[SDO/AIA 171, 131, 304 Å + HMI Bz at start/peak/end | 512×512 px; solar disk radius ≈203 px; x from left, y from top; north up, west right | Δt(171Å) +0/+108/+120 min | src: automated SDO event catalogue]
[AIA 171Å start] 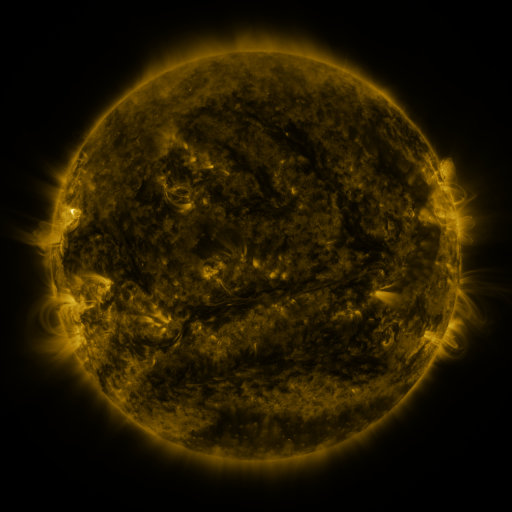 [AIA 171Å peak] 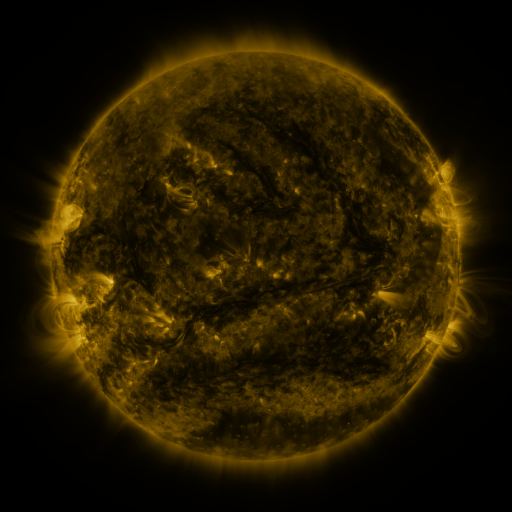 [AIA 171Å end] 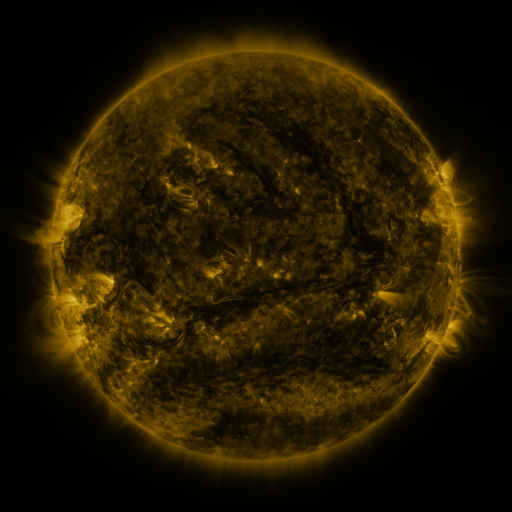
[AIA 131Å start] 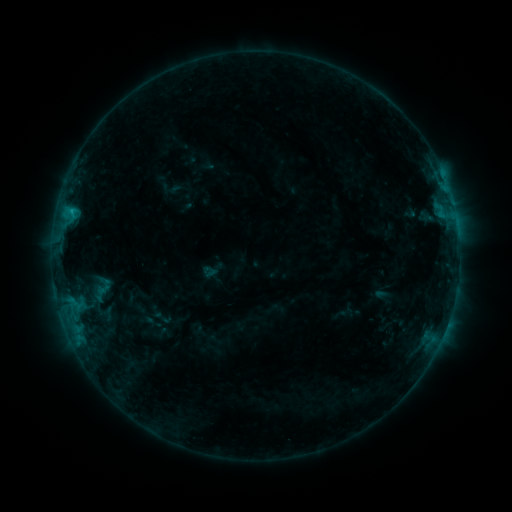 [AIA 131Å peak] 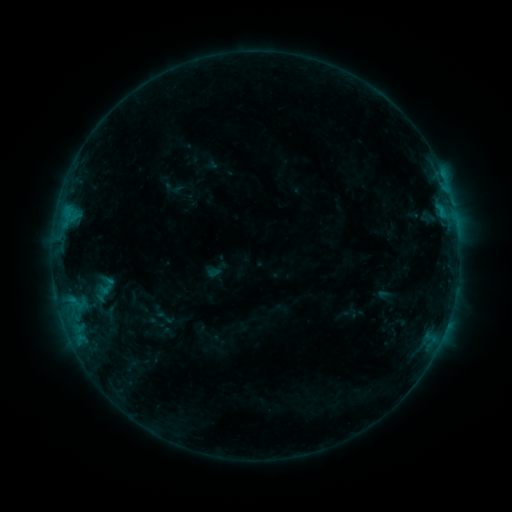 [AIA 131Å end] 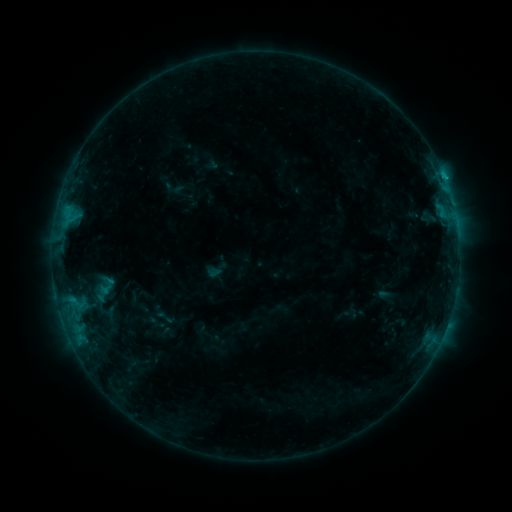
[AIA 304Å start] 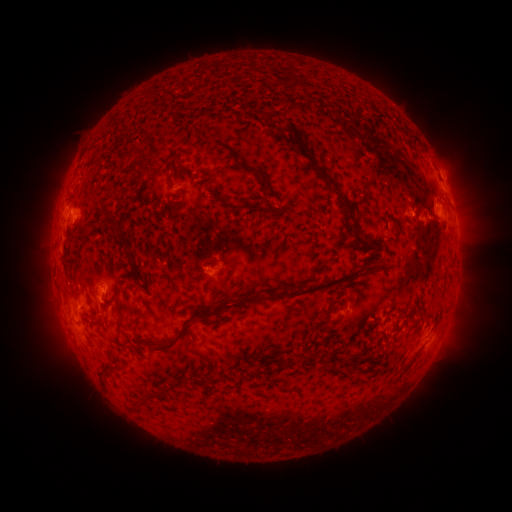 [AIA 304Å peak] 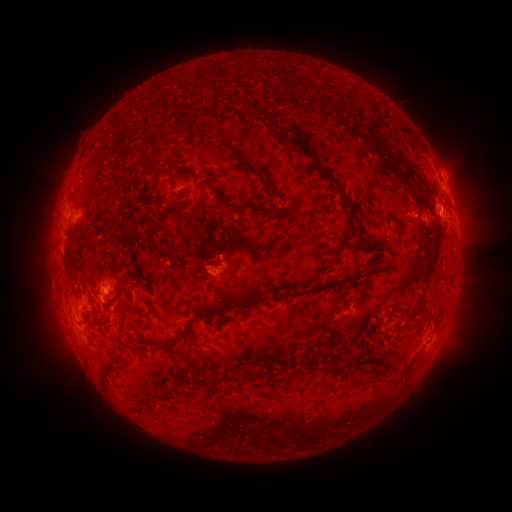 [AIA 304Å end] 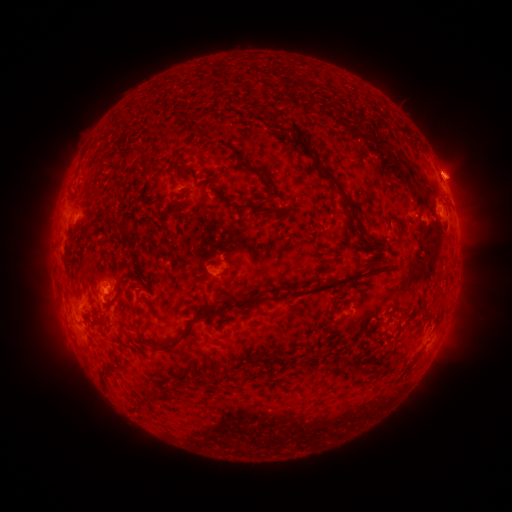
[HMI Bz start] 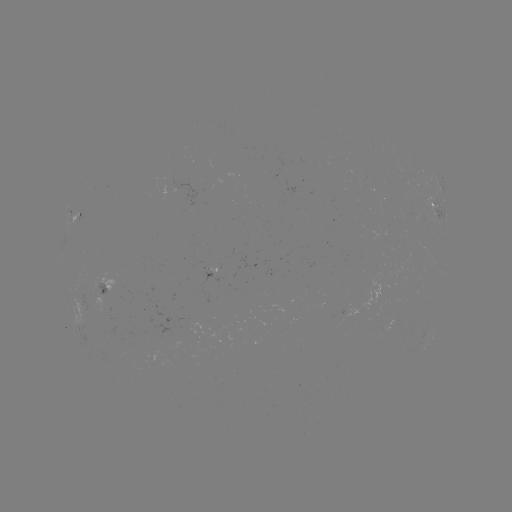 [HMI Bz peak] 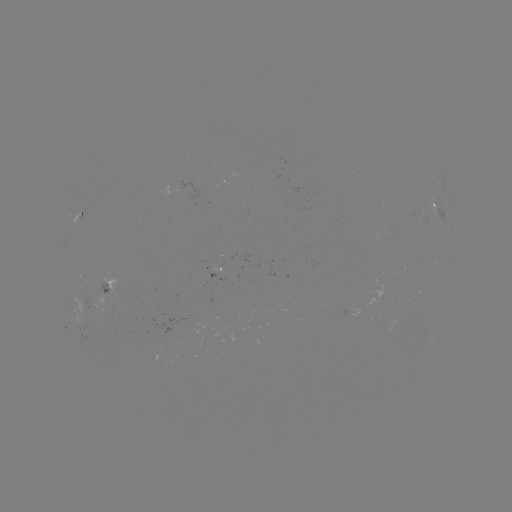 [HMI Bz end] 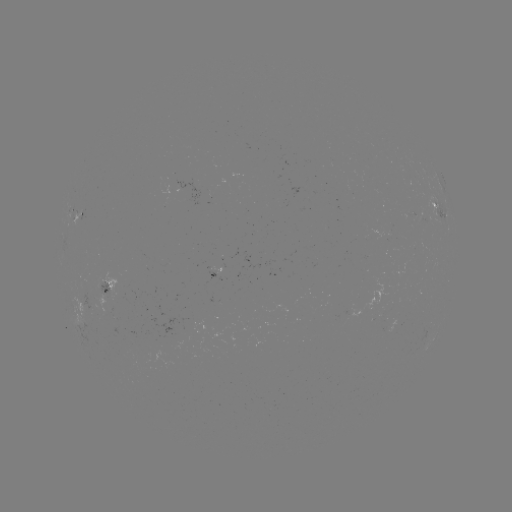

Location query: emerging-flux region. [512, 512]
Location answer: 92,293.